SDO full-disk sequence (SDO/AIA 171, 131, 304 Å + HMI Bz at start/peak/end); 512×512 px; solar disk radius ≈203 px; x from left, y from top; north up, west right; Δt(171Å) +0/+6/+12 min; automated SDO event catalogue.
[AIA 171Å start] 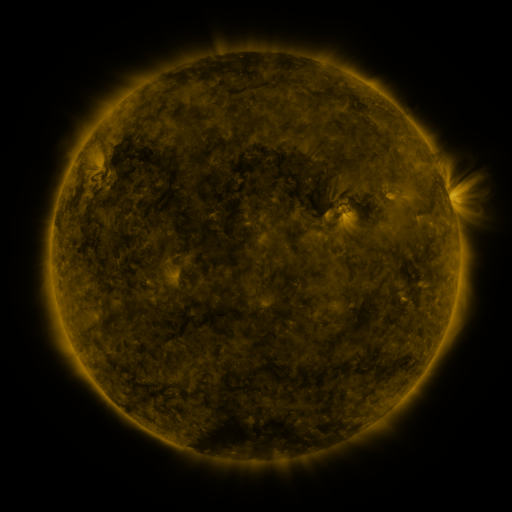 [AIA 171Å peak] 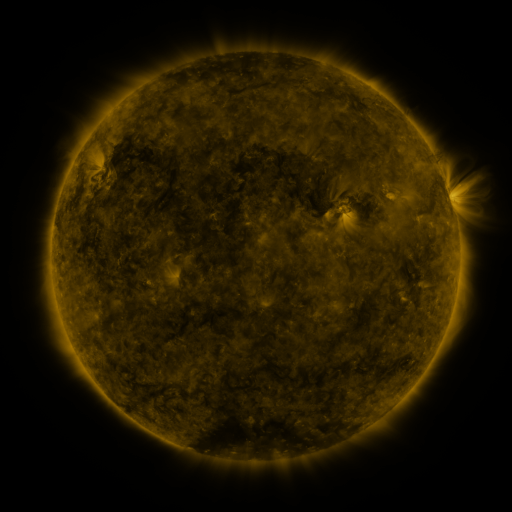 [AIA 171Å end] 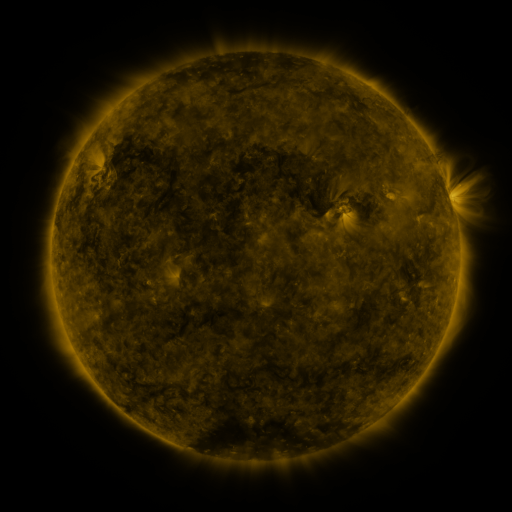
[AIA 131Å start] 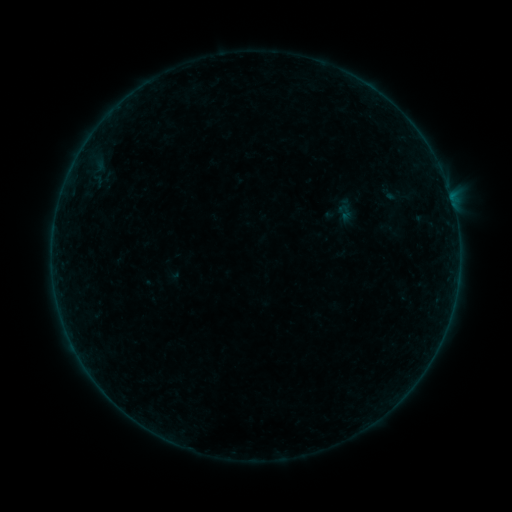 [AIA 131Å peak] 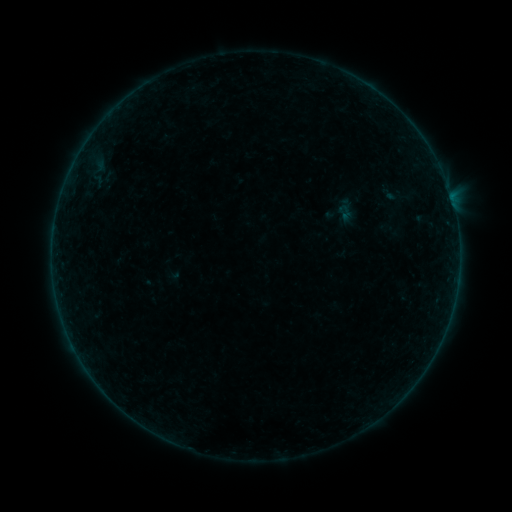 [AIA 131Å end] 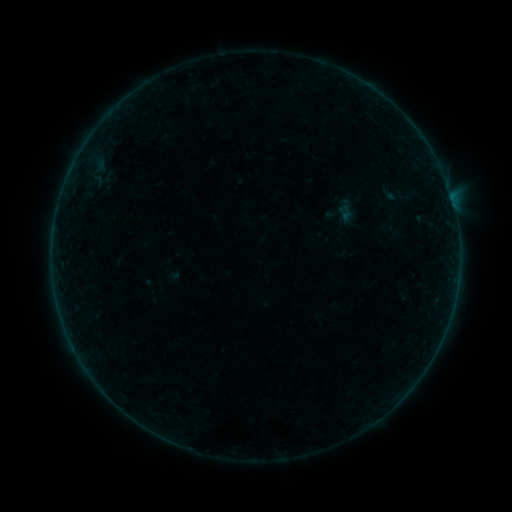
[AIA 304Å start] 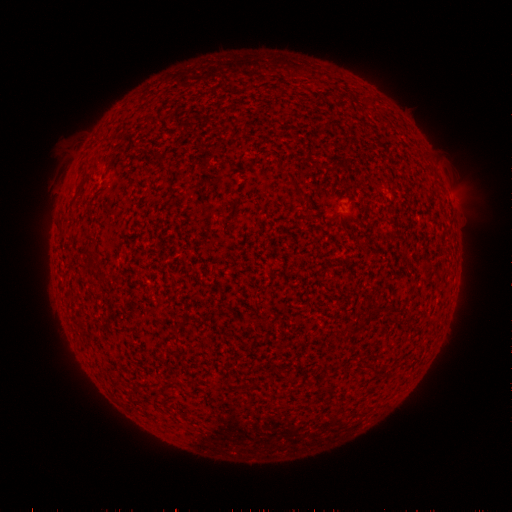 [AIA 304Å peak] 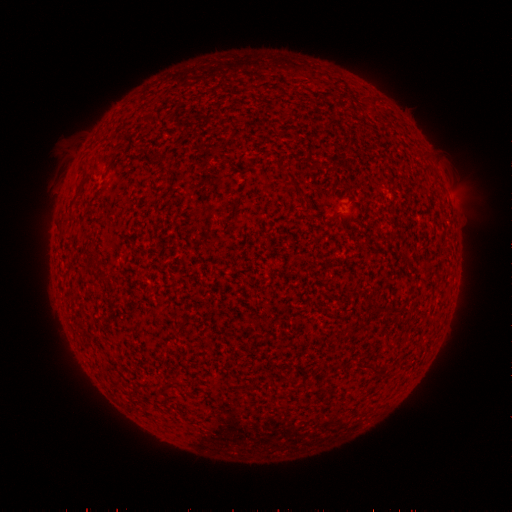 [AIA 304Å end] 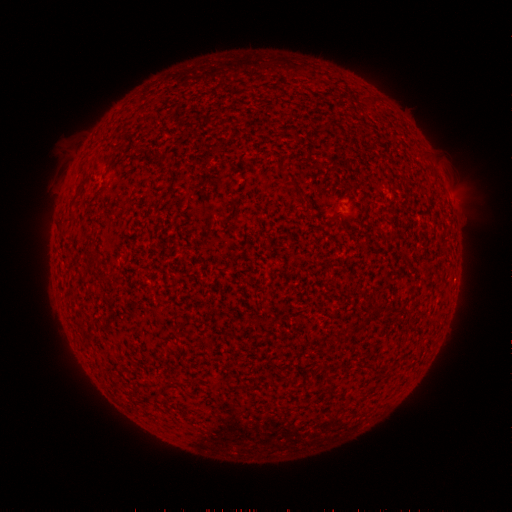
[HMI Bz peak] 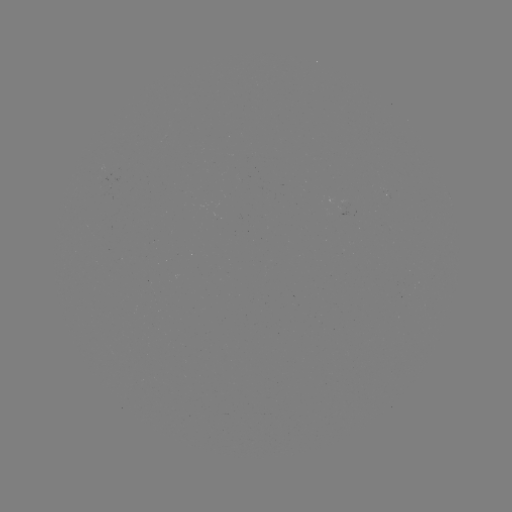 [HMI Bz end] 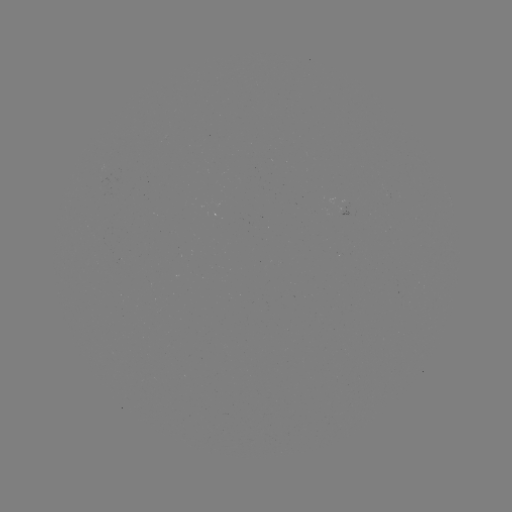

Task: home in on B1.8 flare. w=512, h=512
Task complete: (455, 293).